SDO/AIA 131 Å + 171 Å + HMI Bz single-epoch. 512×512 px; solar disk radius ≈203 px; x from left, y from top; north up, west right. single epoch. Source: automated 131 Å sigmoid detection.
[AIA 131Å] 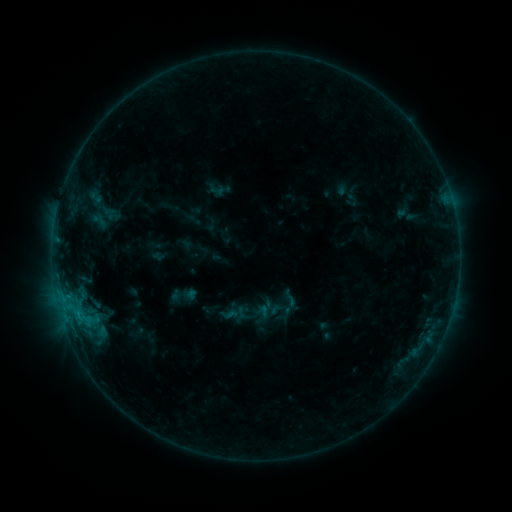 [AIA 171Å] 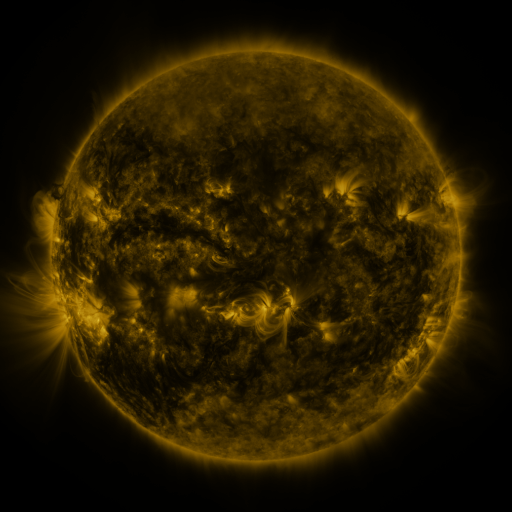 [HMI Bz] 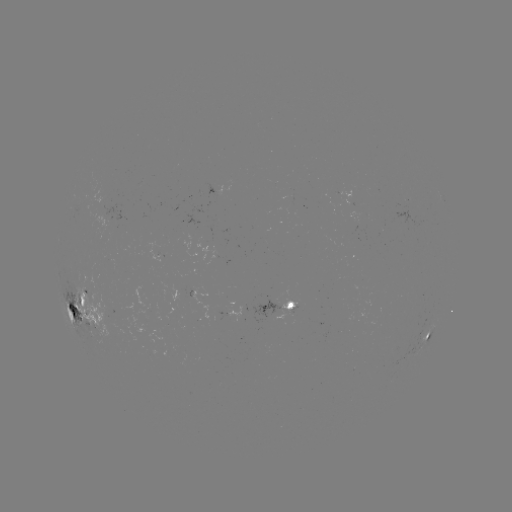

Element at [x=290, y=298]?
sigmoid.